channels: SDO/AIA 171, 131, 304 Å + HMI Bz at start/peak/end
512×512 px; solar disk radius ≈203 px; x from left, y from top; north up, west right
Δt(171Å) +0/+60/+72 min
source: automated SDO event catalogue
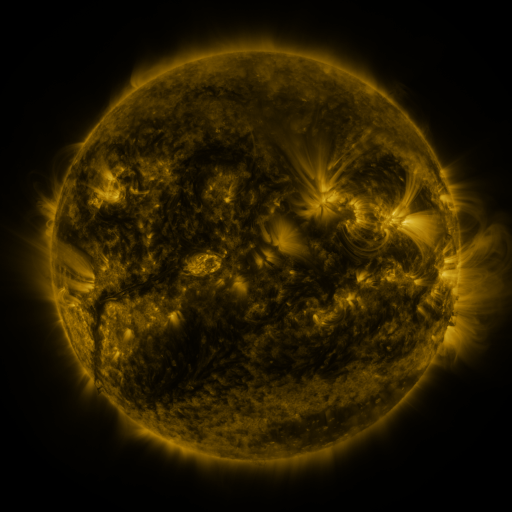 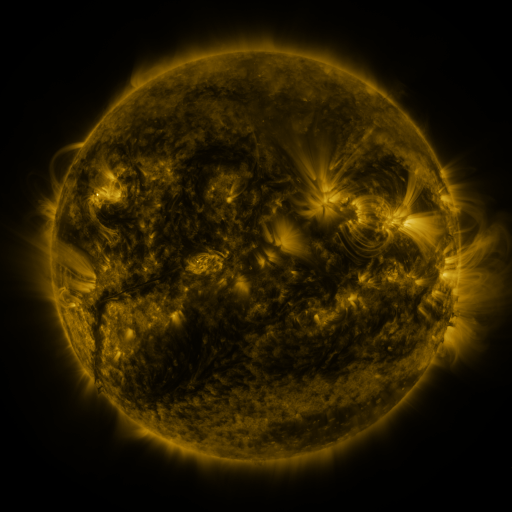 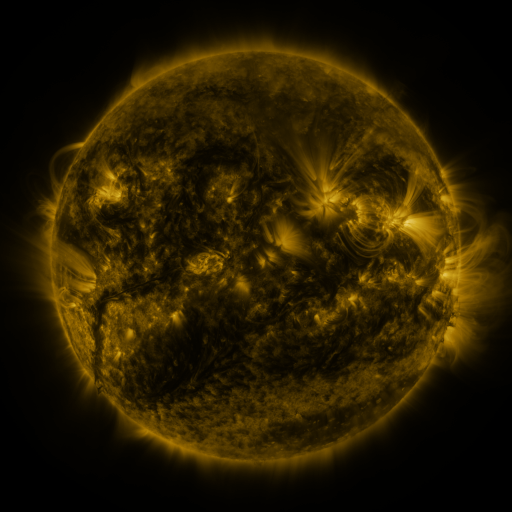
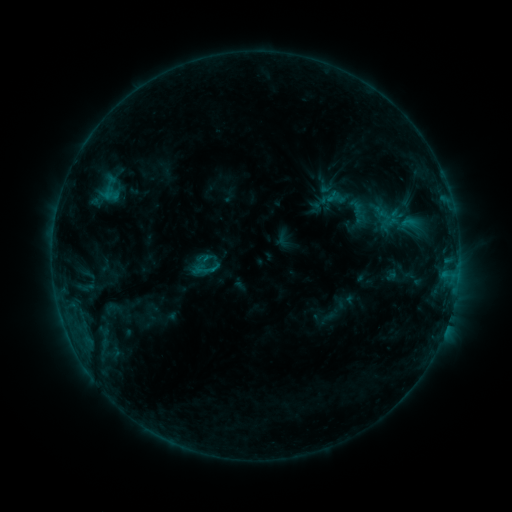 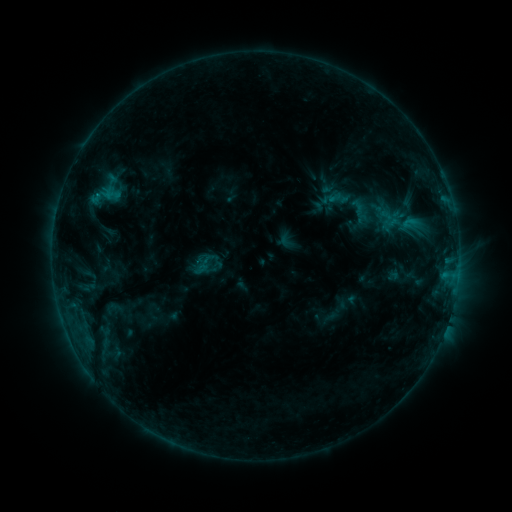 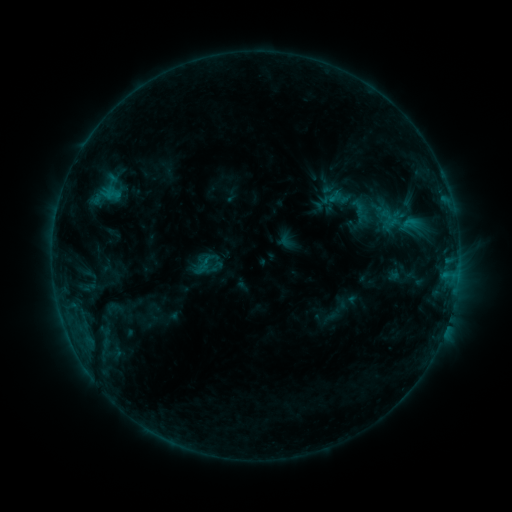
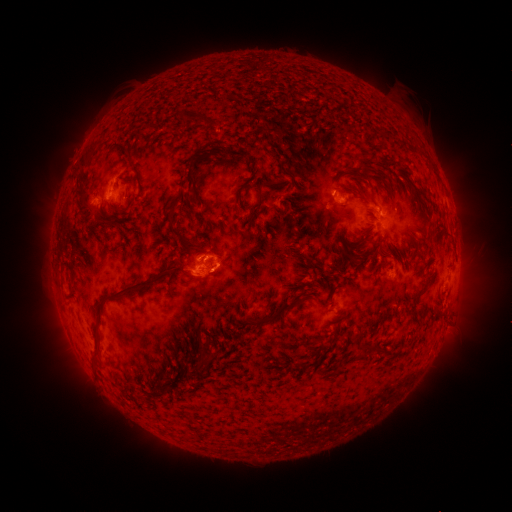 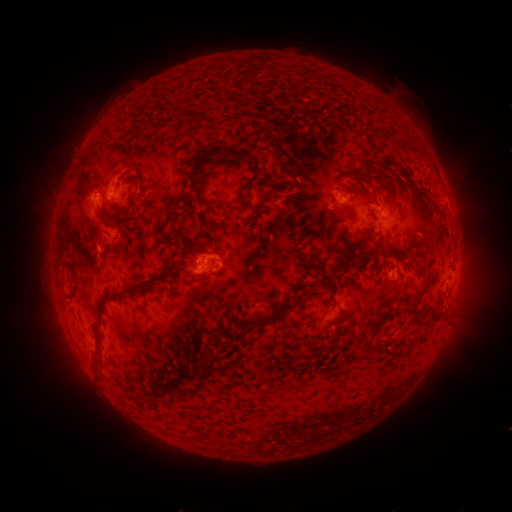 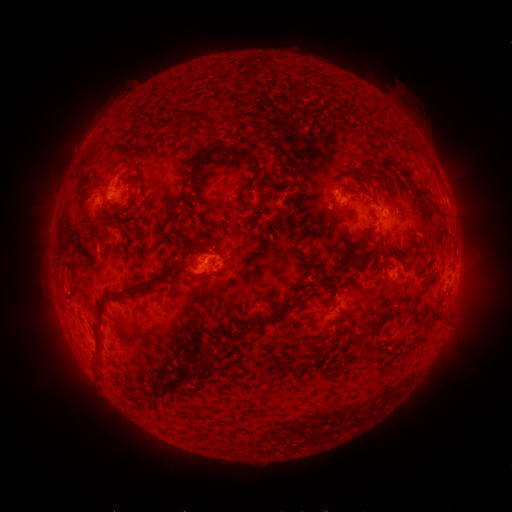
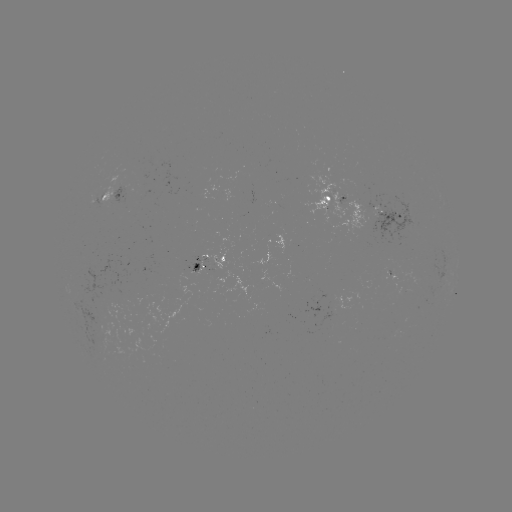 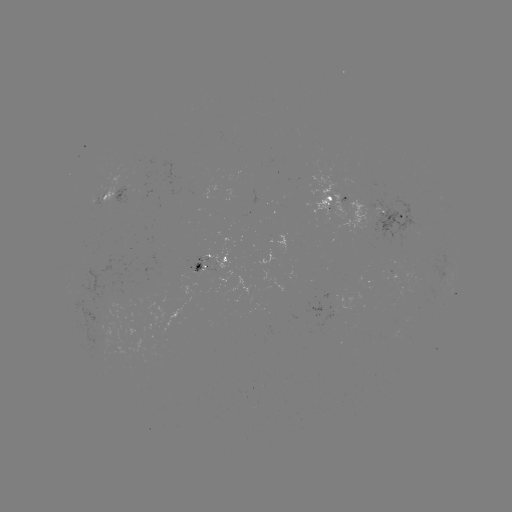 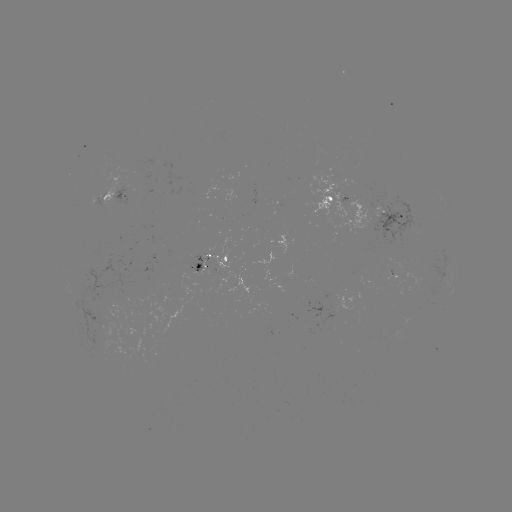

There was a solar emerging-flux region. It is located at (358, 220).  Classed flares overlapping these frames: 1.